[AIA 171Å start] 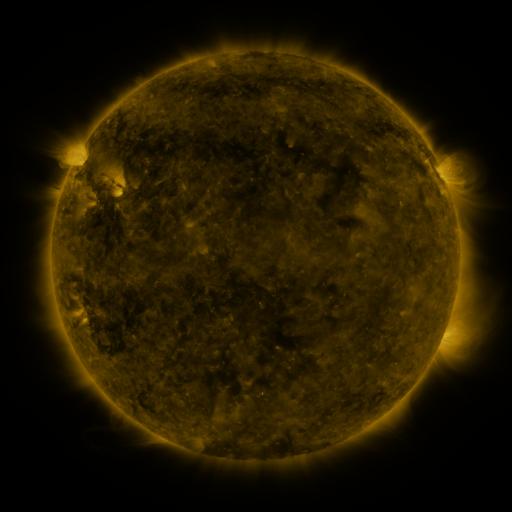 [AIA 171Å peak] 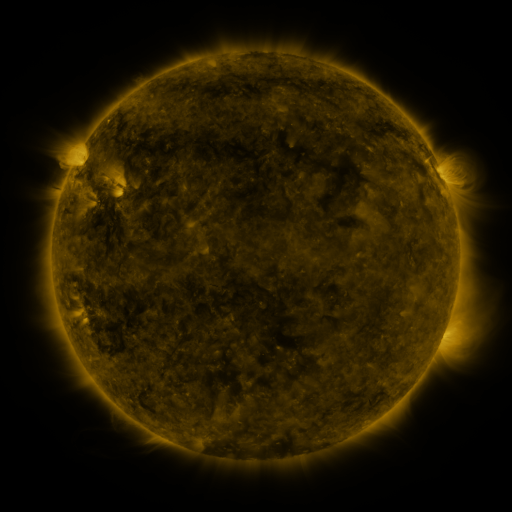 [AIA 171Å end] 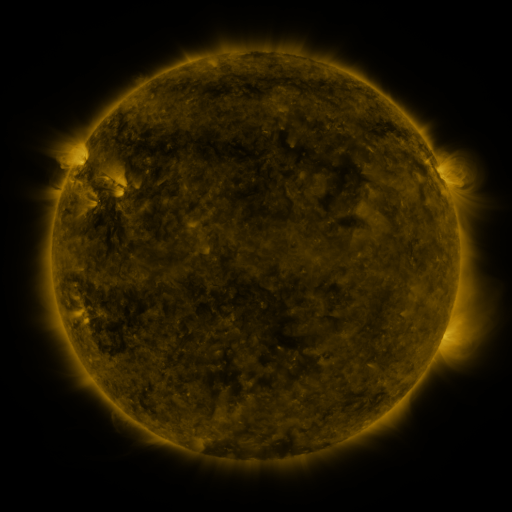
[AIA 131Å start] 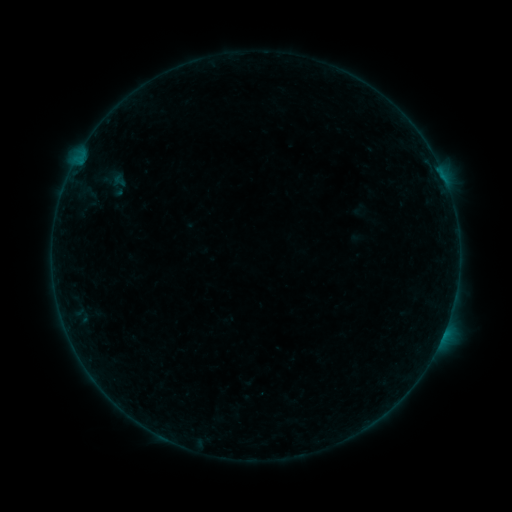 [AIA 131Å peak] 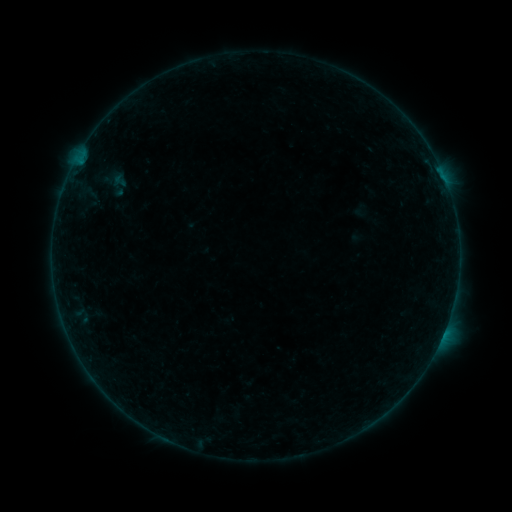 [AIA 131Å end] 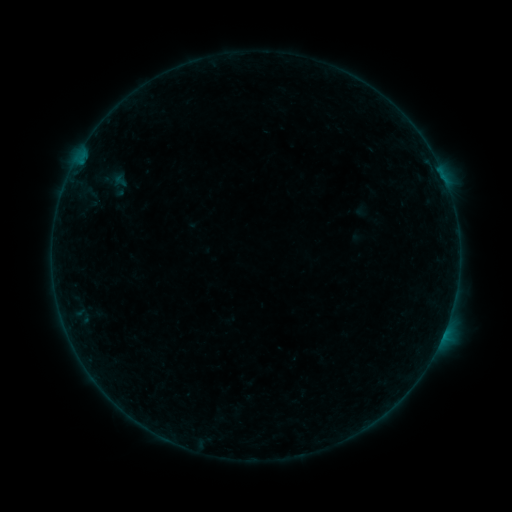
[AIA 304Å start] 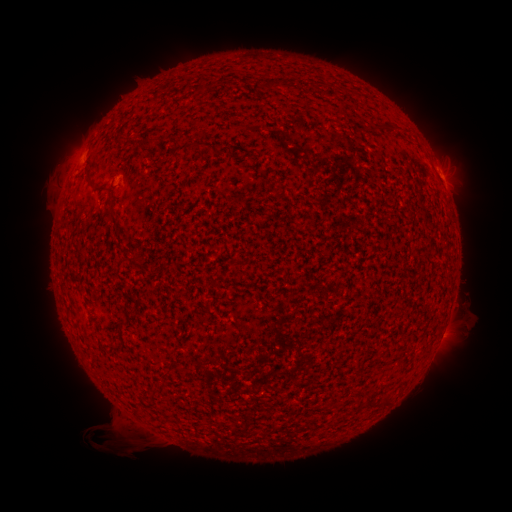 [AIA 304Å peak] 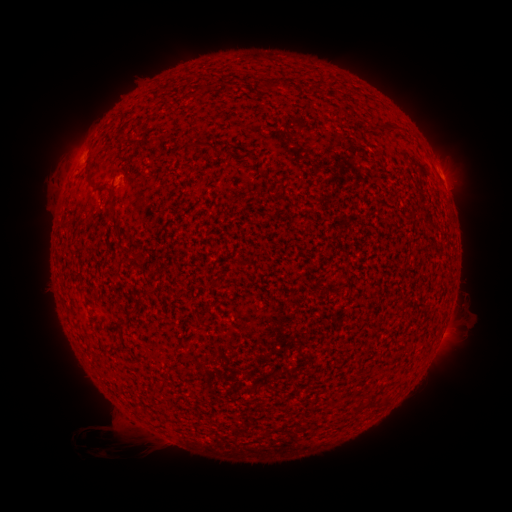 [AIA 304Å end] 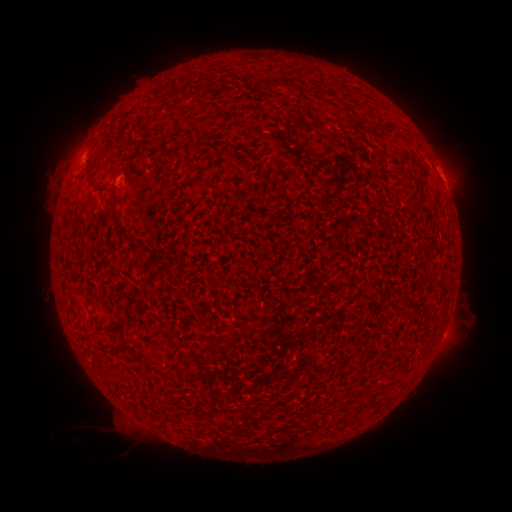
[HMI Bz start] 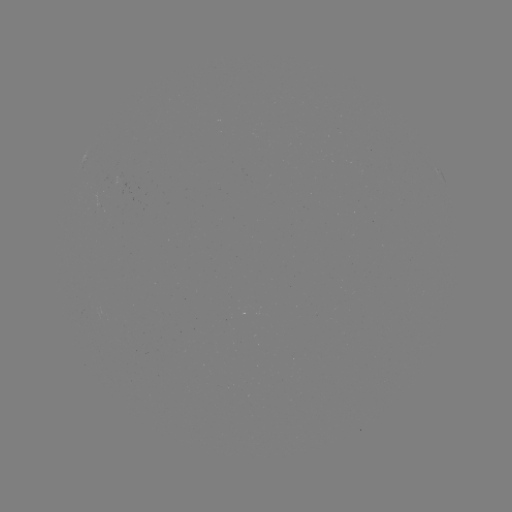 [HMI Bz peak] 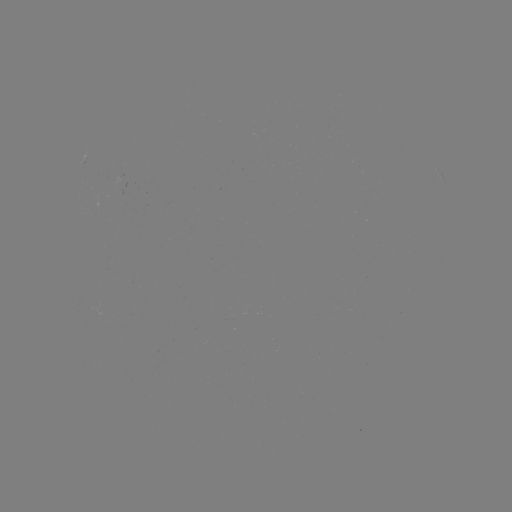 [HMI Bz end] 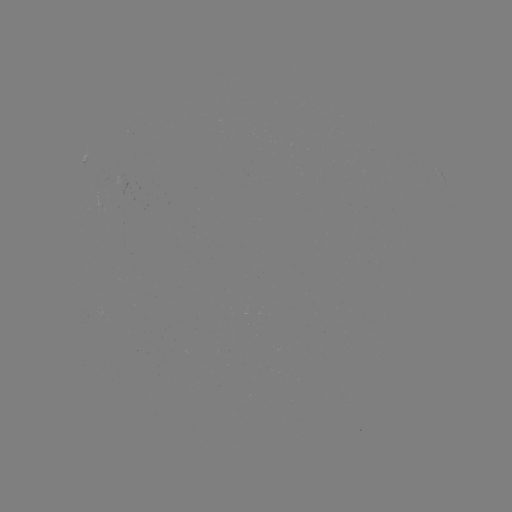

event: eruption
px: (84, 440)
